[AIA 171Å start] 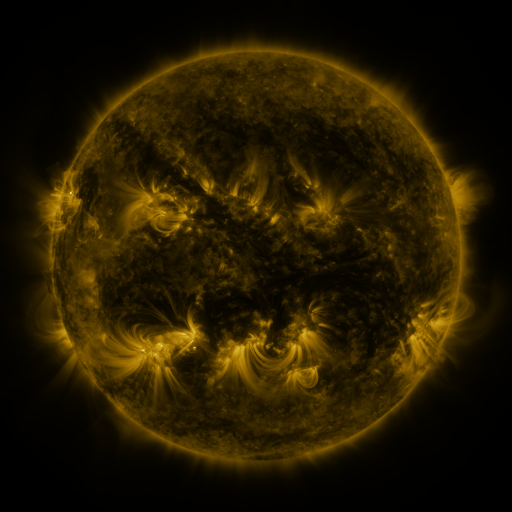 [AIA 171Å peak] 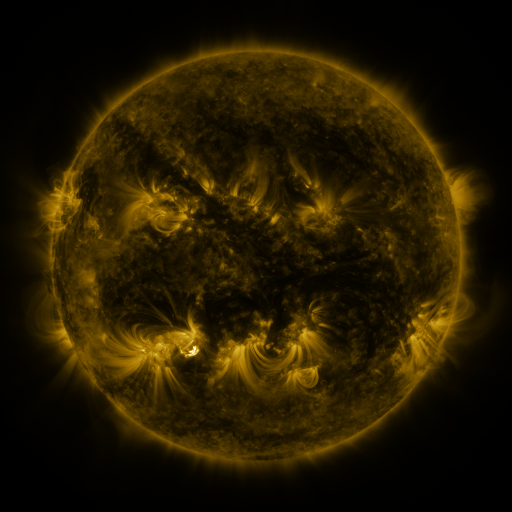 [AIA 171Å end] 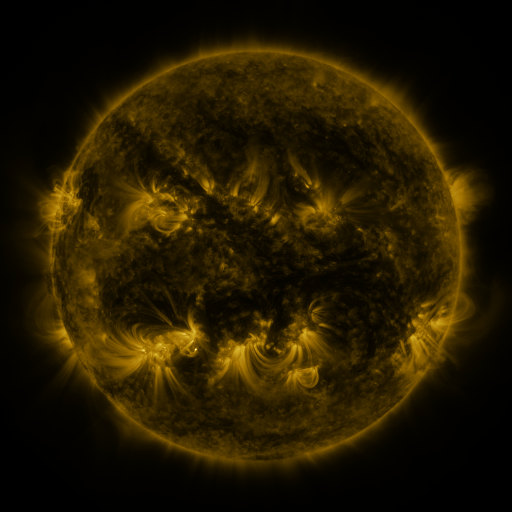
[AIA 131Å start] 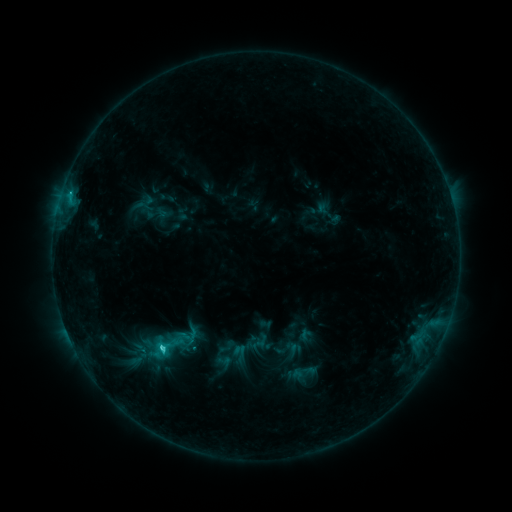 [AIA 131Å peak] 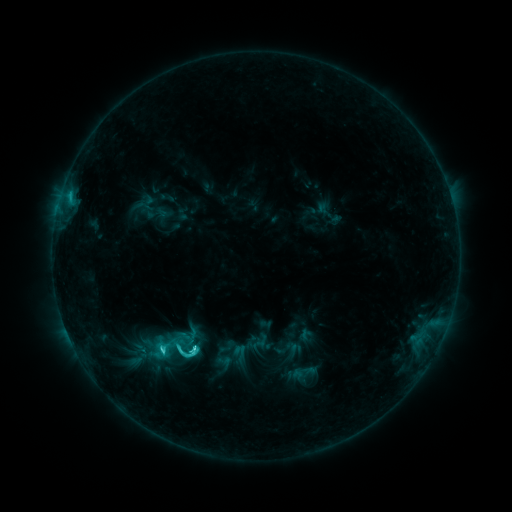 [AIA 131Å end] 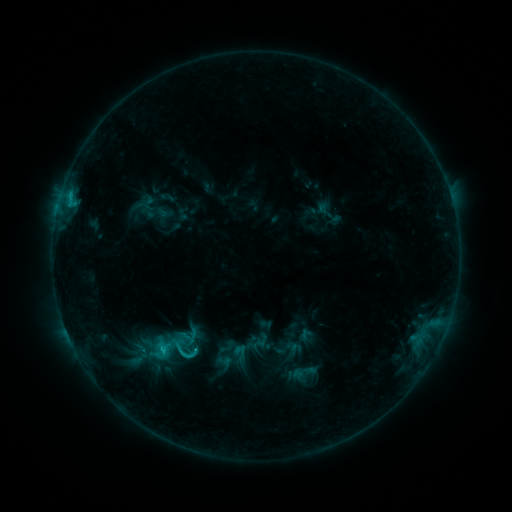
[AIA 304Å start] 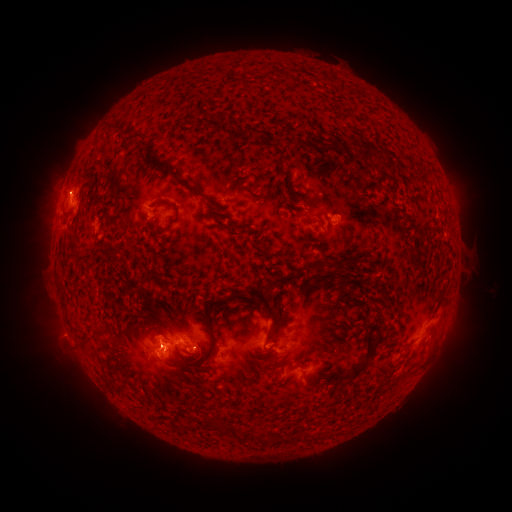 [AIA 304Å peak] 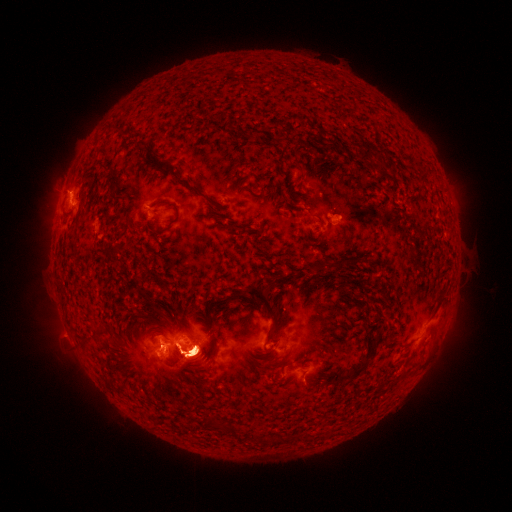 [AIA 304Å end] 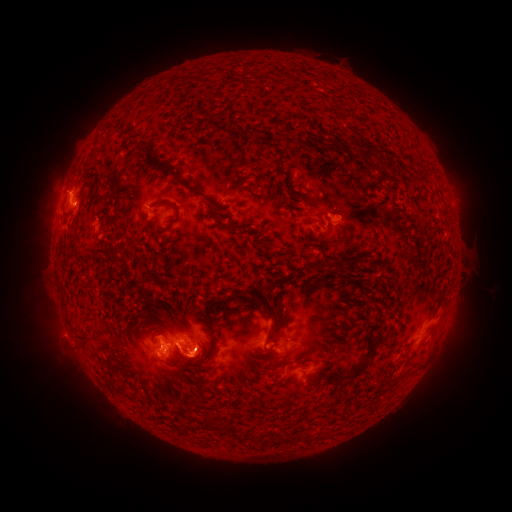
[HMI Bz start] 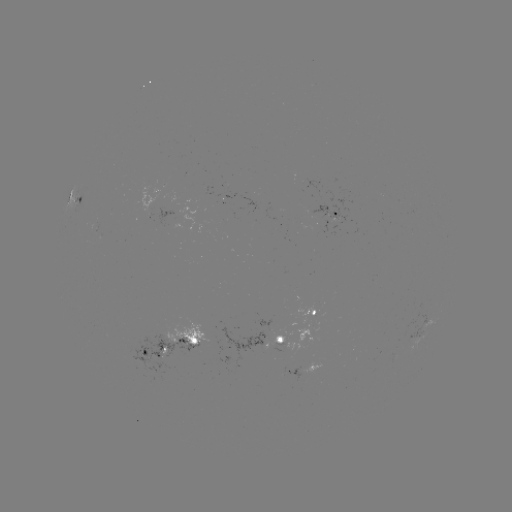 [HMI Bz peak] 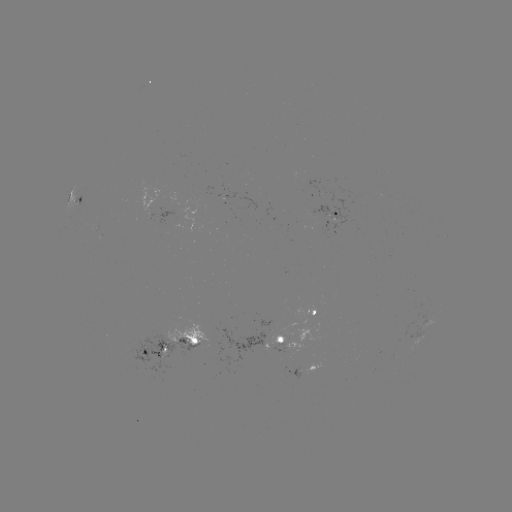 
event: eruption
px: (441, 335)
